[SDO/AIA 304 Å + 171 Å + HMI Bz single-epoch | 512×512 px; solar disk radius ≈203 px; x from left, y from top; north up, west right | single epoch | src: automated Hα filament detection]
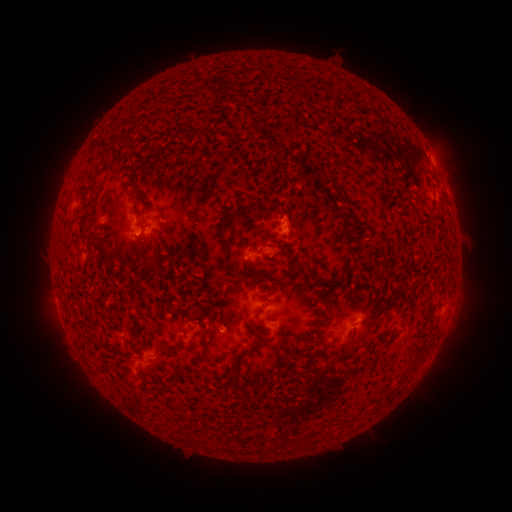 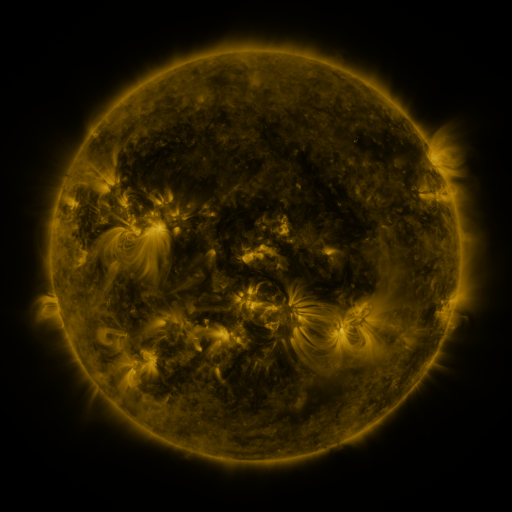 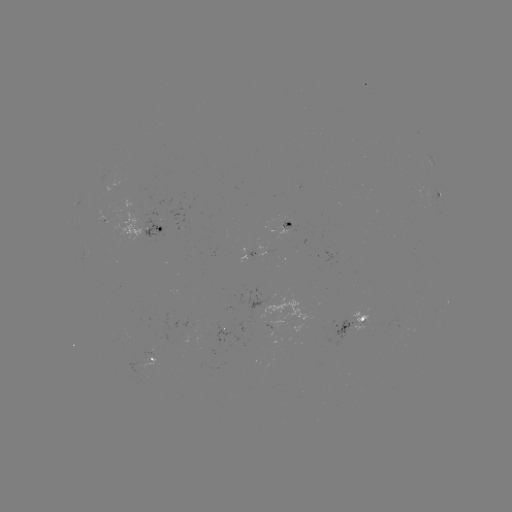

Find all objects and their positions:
filament: (273, 142)
filament: (146, 144)
filament: (103, 170)
filament: (133, 185)
filament: (412, 206)
filament: (268, 207)
filament: (193, 218)
filament: (225, 220)
filament: (82, 226)
filament: (147, 255)
filament: (297, 264)
filament: (148, 266)
filament: (254, 272)
filament: (323, 279)
filament: (339, 314)
filament: (215, 319)
filament: (376, 329)
filament: (387, 333)
filament: (257, 340)
filament: (205, 342)
filament: (174, 349)
filament: (352, 350)
filament: (248, 353)
filament: (311, 363)
filament: (237, 369)
filament: (324, 370)
filament: (169, 391)
filament: (267, 437)
